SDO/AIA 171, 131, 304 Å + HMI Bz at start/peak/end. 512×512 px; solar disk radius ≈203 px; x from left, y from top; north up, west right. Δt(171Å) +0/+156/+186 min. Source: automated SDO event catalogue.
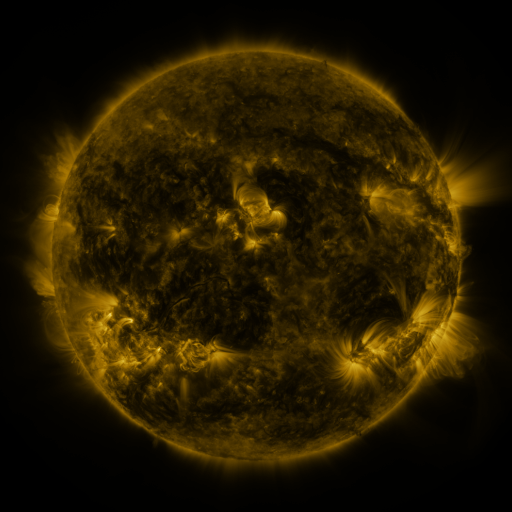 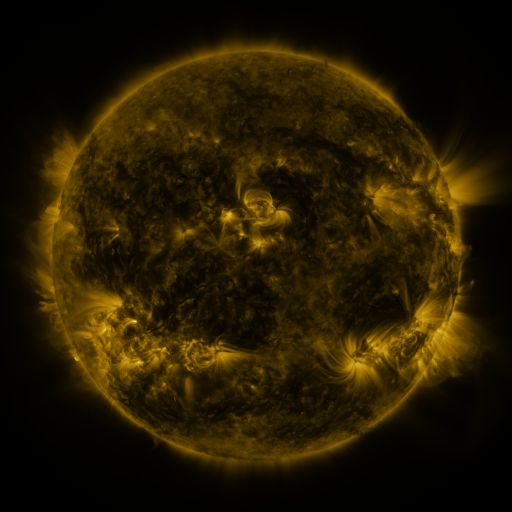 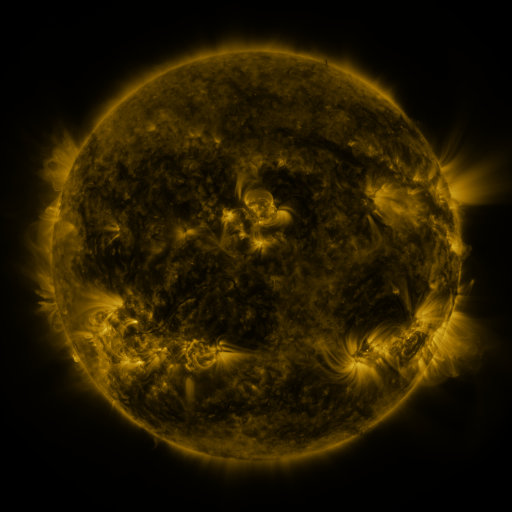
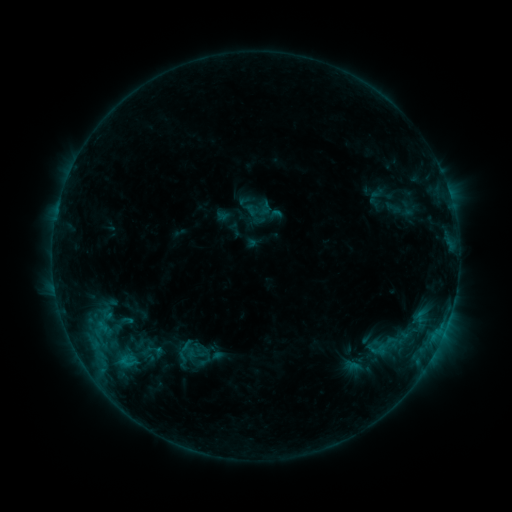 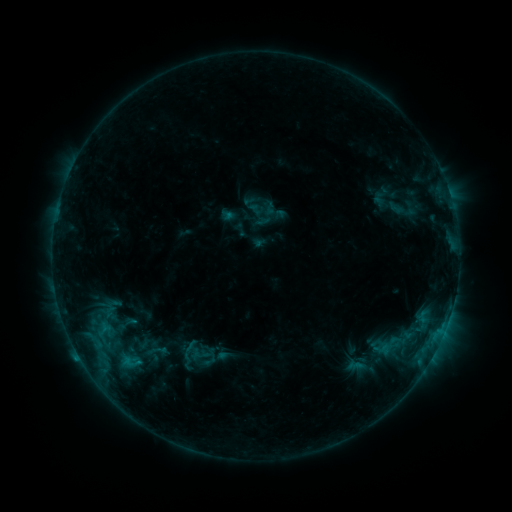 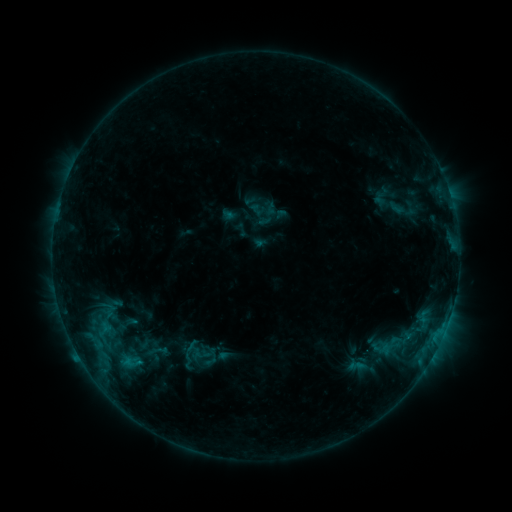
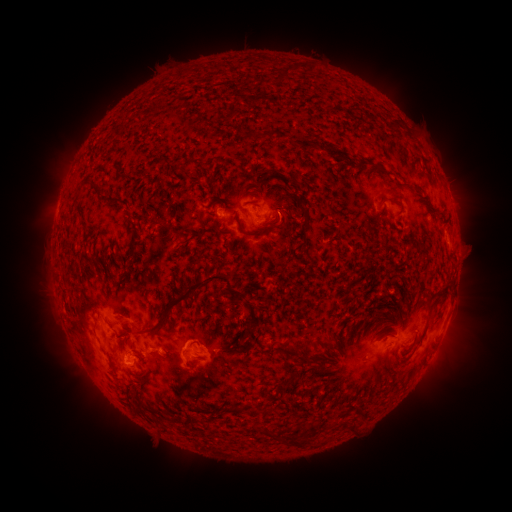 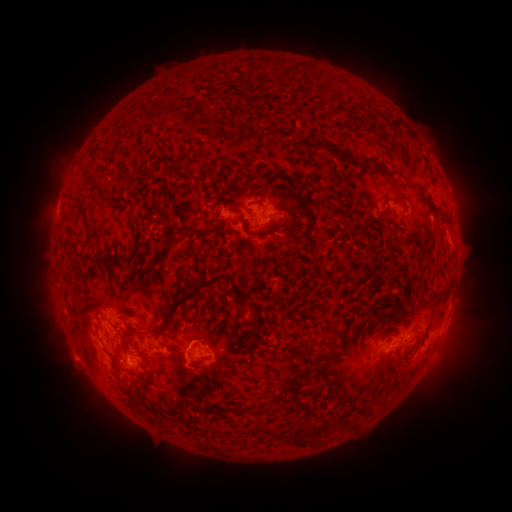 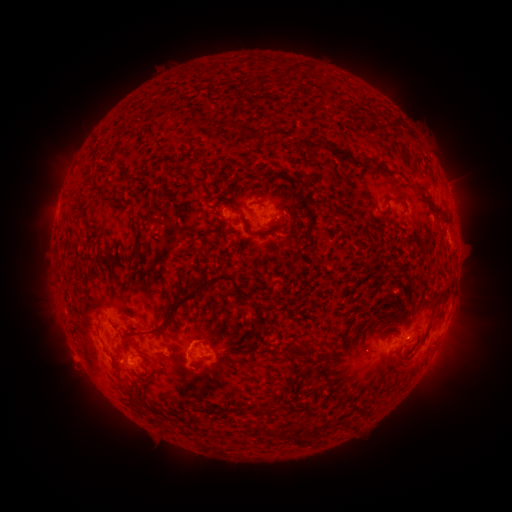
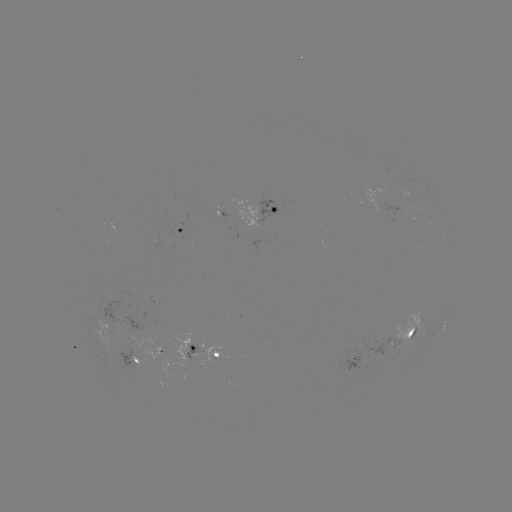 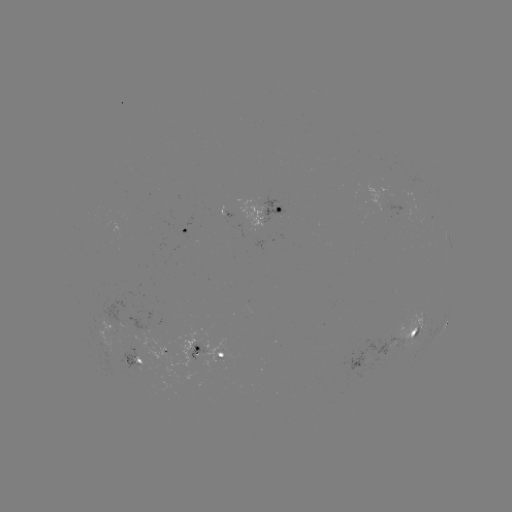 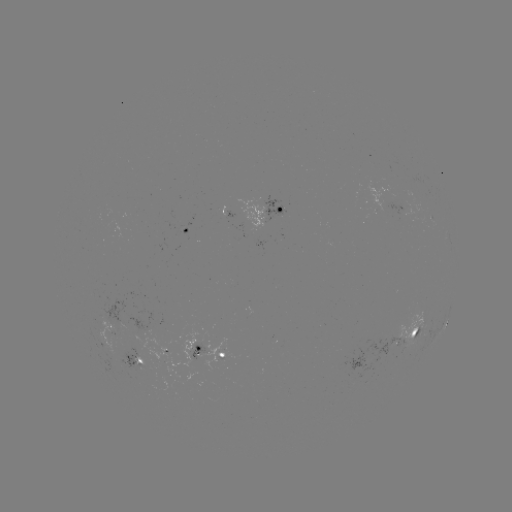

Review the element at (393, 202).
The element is emerging-flux region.